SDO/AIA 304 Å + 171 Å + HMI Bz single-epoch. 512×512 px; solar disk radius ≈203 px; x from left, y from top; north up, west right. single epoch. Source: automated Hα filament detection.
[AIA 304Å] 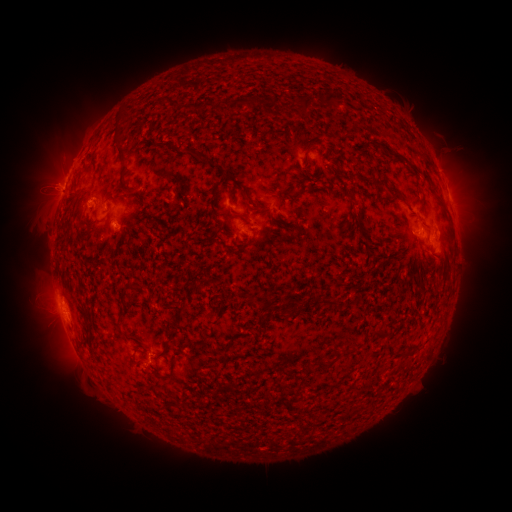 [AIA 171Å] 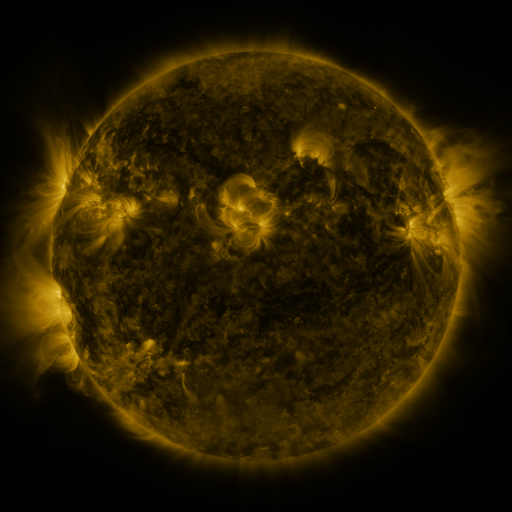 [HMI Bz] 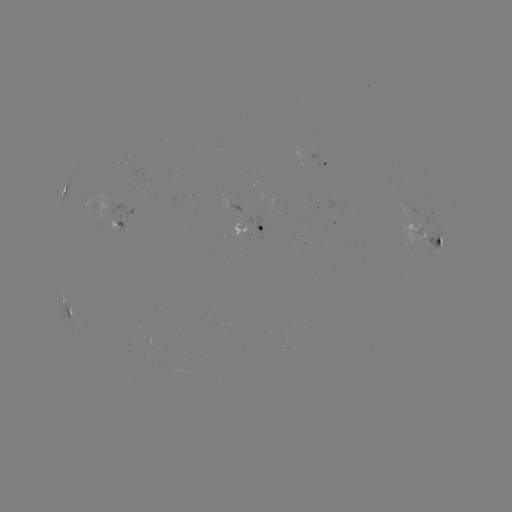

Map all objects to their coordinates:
filament: (330, 98)
filament: (268, 102)
filament: (242, 103)
filament: (306, 104)
filament: (201, 105)
filament: (196, 156)
filament: (412, 167)
filament: (219, 169)
filament: (123, 171)
filament: (380, 186)
filament: (230, 191)
filament: (396, 194)
filament: (279, 199)
filament: (211, 202)
filament: (259, 207)
filament: (237, 216)
filament: (329, 302)
filament: (183, 307)
filament: (121, 309)
filament: (381, 335)
filament: (165, 347)
filament: (174, 356)
filament: (324, 365)
filament: (301, 383)
filament: (142, 389)
